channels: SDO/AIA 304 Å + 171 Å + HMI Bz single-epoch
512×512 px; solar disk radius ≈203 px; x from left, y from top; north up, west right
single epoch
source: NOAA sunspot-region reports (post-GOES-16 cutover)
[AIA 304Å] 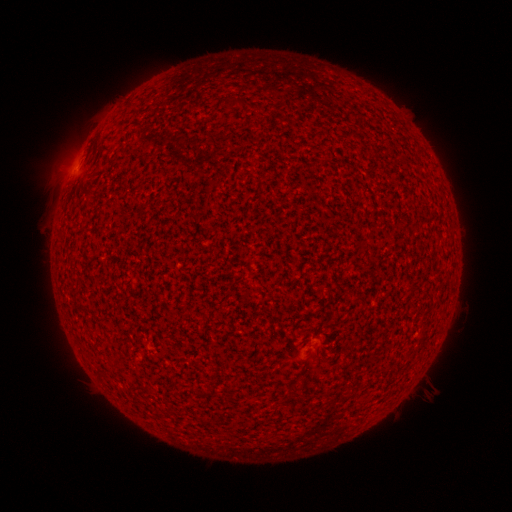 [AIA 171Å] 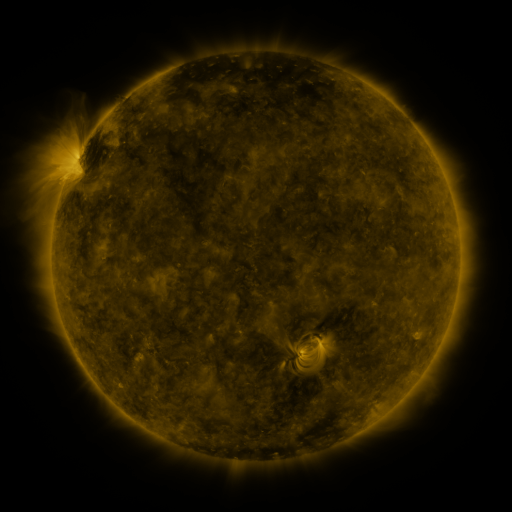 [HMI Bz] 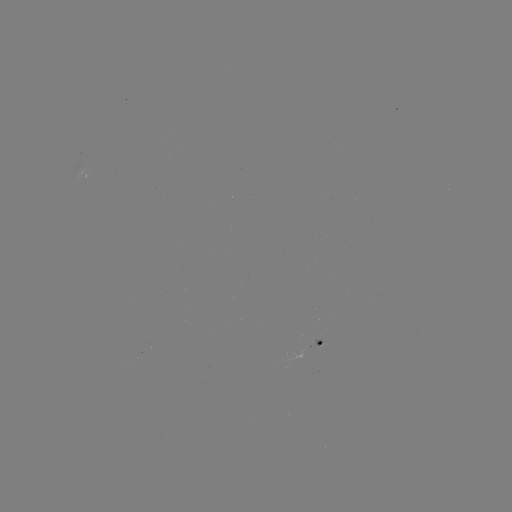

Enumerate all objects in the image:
spotted active region: (88, 177)
spotted active region: (324, 342)
